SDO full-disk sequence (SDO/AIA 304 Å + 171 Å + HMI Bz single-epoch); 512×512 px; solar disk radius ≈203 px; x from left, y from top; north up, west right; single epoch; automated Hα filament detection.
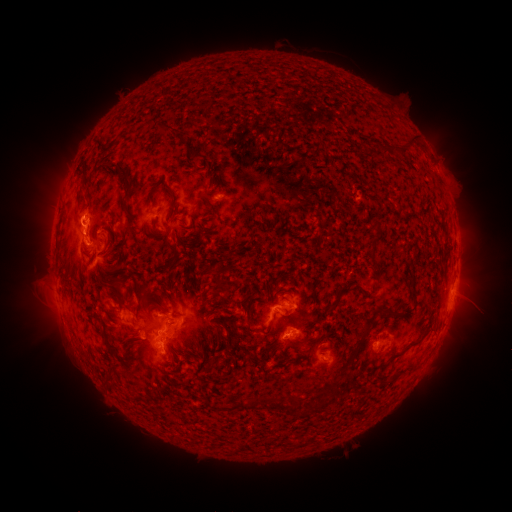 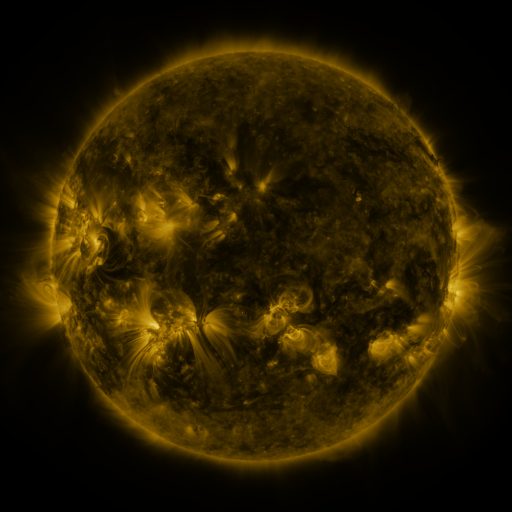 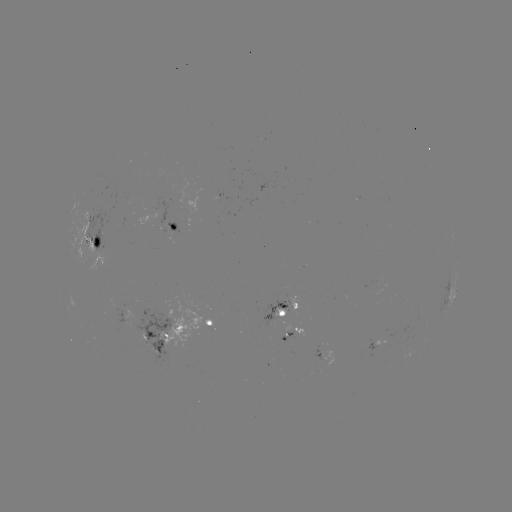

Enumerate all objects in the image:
filament: (152, 121, 174, 136)
filament: (393, 133, 415, 156)
filament: (357, 137, 366, 147)
filament: (371, 139, 387, 154)
filament: (91, 140, 104, 151)
filament: (184, 144, 200, 162)
filament: (201, 160, 213, 186)
filament: (102, 162, 133, 200)
filament: (72, 169, 89, 219)
filament: (221, 181, 231, 192)
filament: (145, 184, 159, 205)
filament: (167, 191, 178, 215)
filament: (200, 194, 213, 202)
filament: (201, 206, 219, 221)
filament: (111, 210, 122, 223)
filament: (371, 220, 381, 232)
filament: (127, 221, 140, 238)
filament: (165, 240, 179, 254)
filament: (97, 247, 122, 259)
filament: (163, 252, 181, 270)
filament: (214, 268, 228, 292)
filament: (409, 273, 418, 288)
filament: (109, 280, 125, 296)
filament: (337, 281, 354, 292)
filament: (136, 284, 144, 297)
filament: (137, 287, 151, 309)
filament: (115, 293, 122, 305)
filament: (327, 299, 339, 311)
filament: (149, 304, 170, 315)
filament: (370, 305, 398, 317)
filament: (245, 311, 256, 334)
filament: (339, 323, 371, 373)
filament: (206, 326, 222, 368)
filament: (392, 335, 424, 358)
filament: (105, 339, 117, 352)
filament: (294, 356, 305, 365)
filament: (390, 371, 401, 381)
filament: (105, 376, 115, 390)
filament: (261, 394, 317, 412)
